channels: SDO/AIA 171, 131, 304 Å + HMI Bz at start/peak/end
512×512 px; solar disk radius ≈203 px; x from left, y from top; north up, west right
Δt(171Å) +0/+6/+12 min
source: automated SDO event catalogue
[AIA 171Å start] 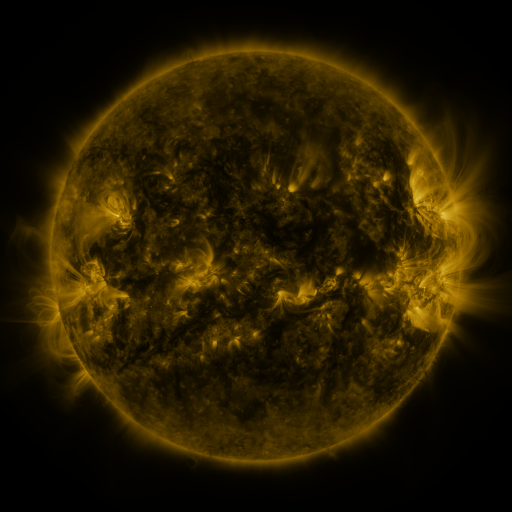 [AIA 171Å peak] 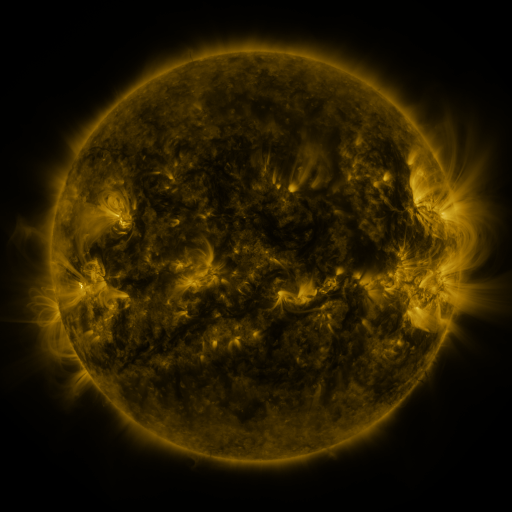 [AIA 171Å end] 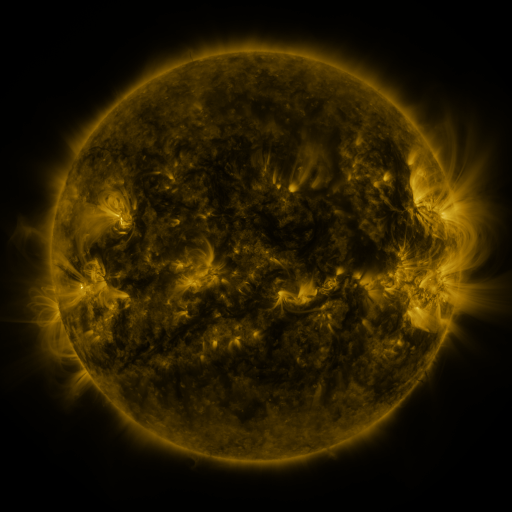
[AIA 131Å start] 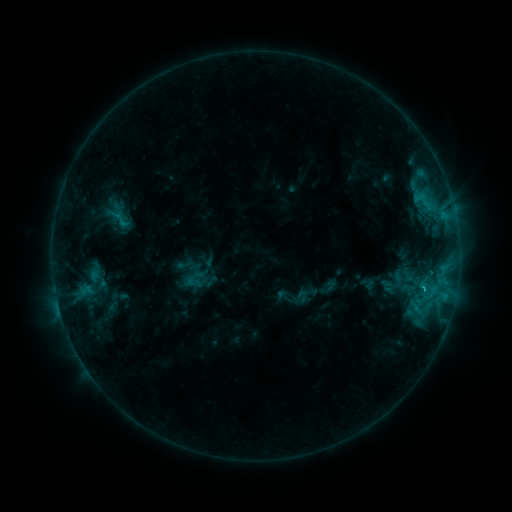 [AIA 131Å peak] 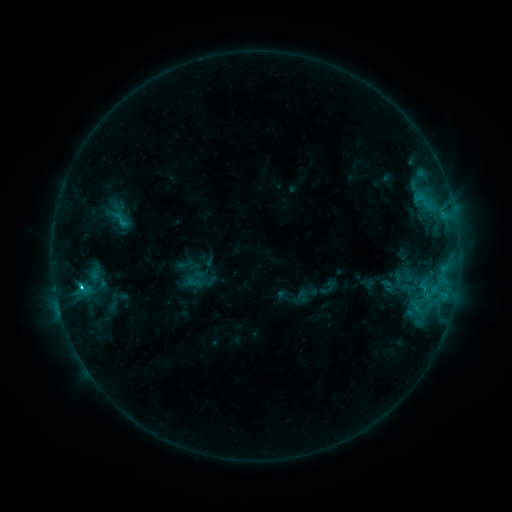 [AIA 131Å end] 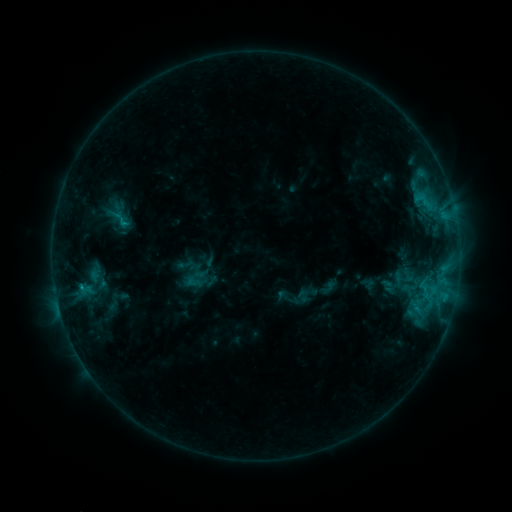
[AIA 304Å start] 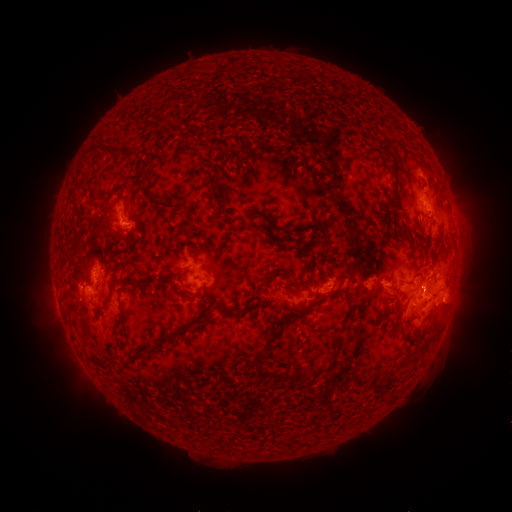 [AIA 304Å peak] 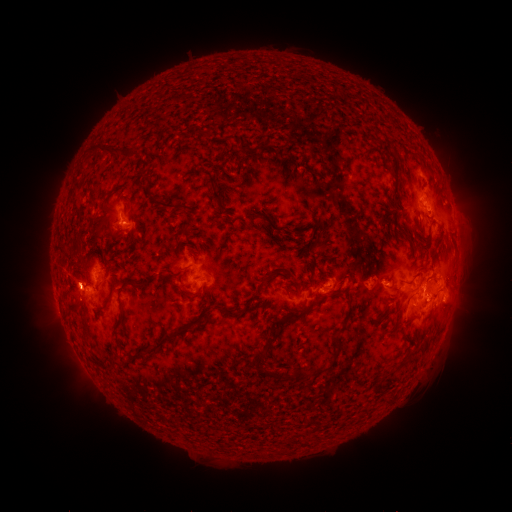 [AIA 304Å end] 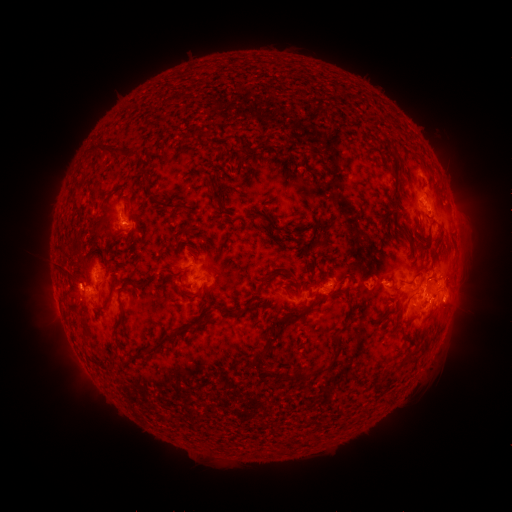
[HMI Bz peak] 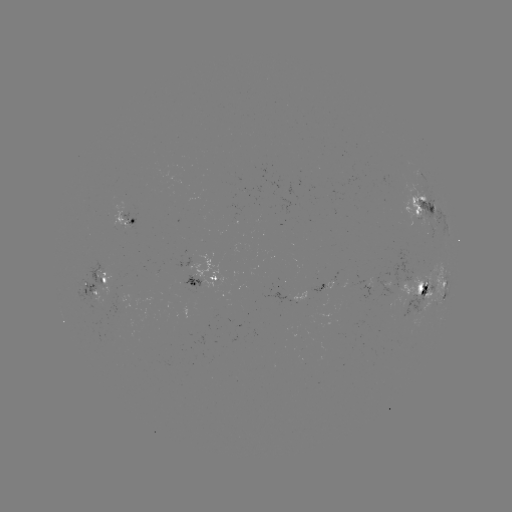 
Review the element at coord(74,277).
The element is eruption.